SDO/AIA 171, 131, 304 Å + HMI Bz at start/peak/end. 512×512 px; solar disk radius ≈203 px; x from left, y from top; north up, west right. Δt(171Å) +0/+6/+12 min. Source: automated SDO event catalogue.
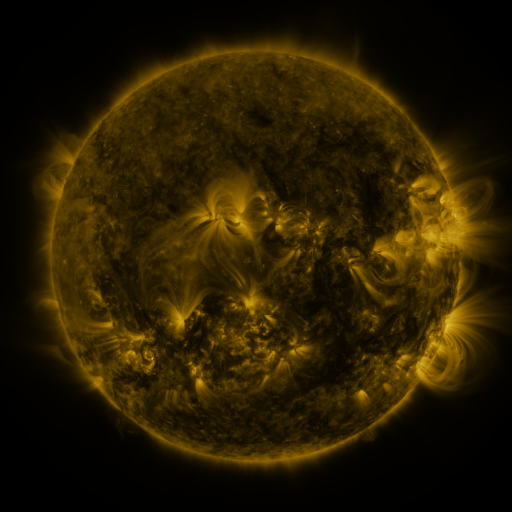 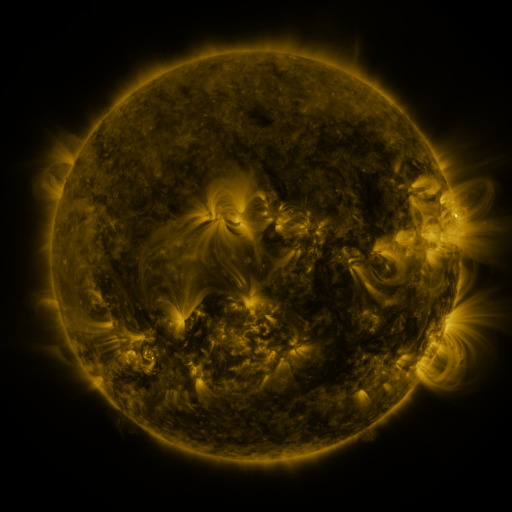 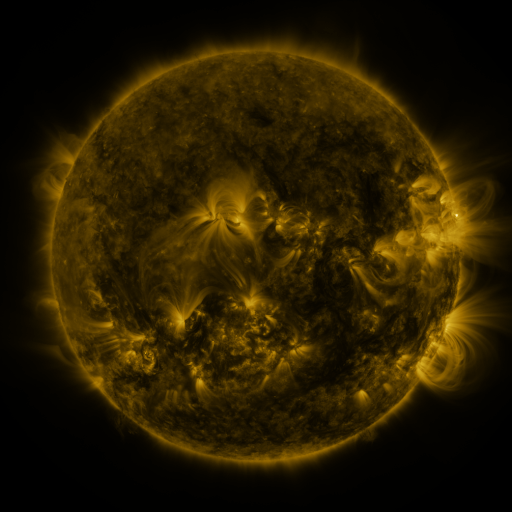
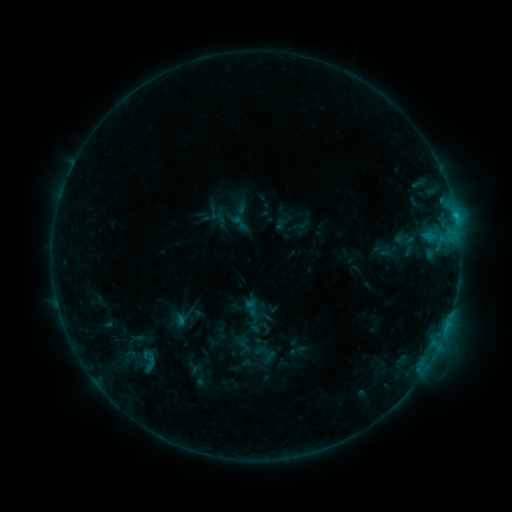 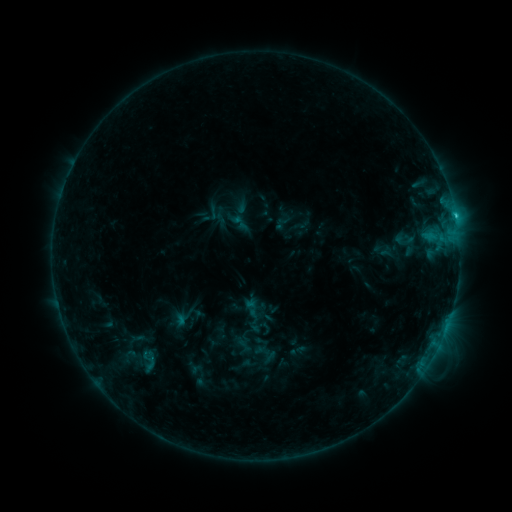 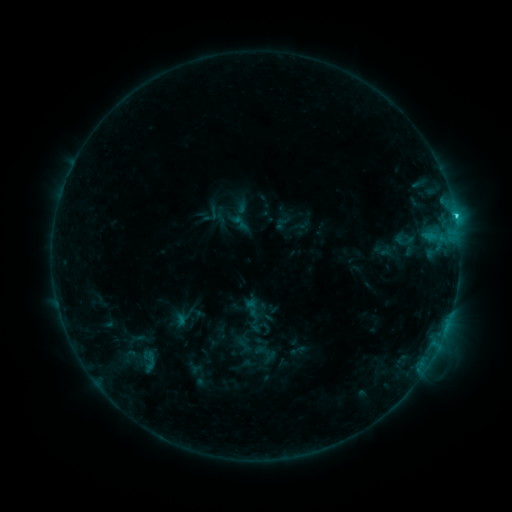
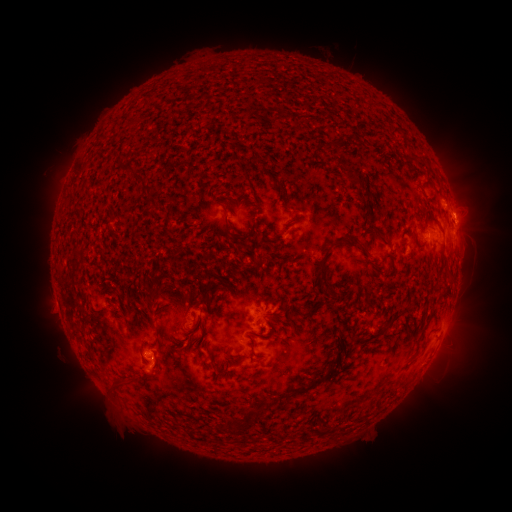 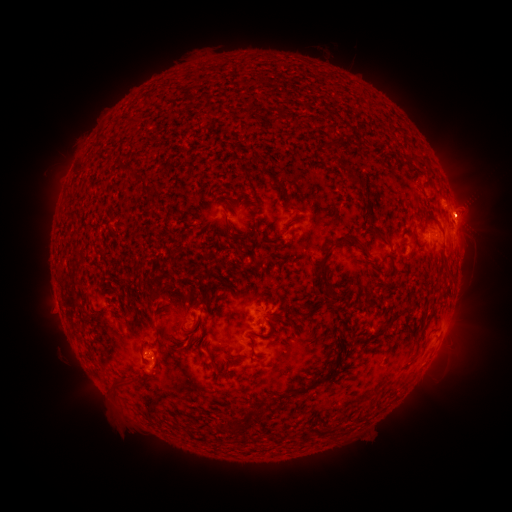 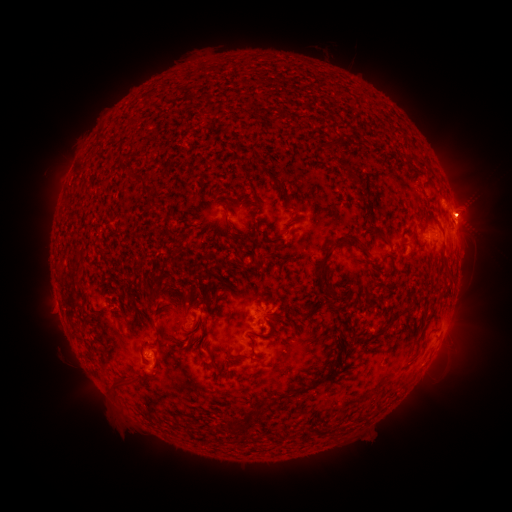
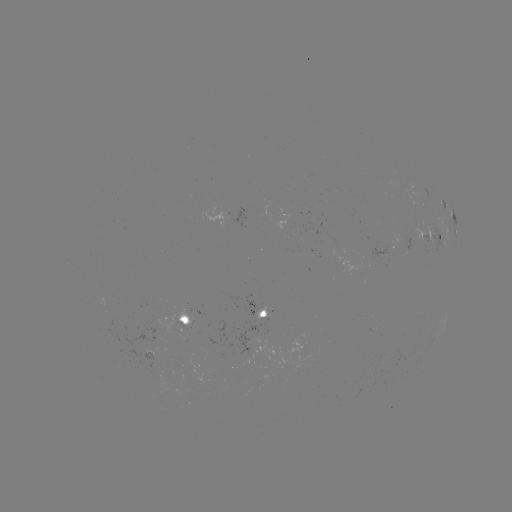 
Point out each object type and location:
eruption: (470, 212)
